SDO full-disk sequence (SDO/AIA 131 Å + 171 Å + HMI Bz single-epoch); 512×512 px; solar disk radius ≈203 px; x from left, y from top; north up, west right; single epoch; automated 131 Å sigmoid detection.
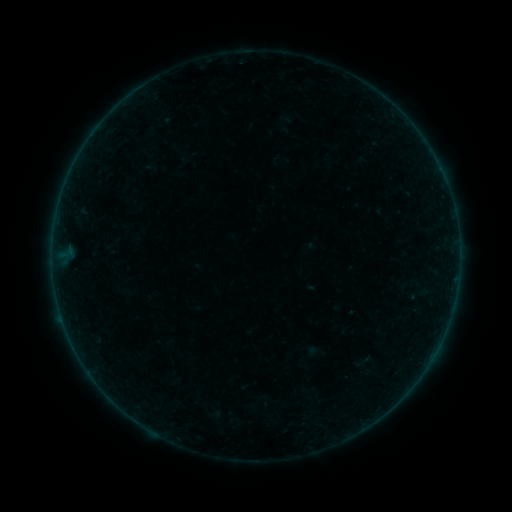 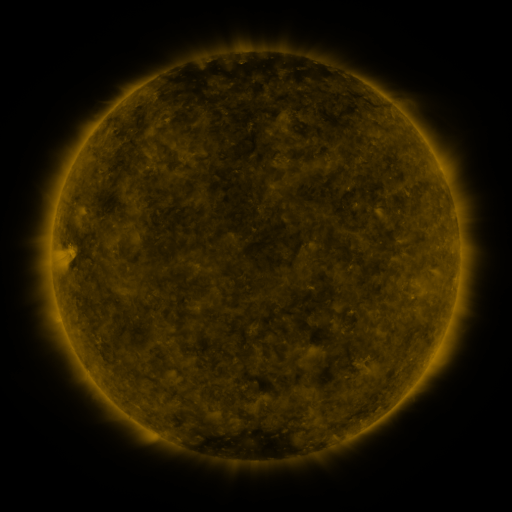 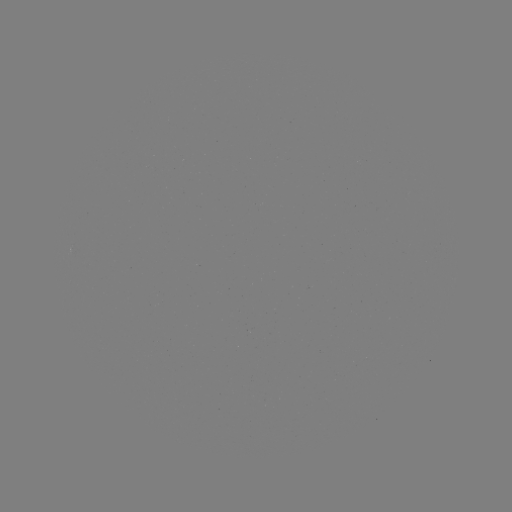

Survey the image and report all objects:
sigmoid: <bbox>353, 351, 373, 371</bbox>
